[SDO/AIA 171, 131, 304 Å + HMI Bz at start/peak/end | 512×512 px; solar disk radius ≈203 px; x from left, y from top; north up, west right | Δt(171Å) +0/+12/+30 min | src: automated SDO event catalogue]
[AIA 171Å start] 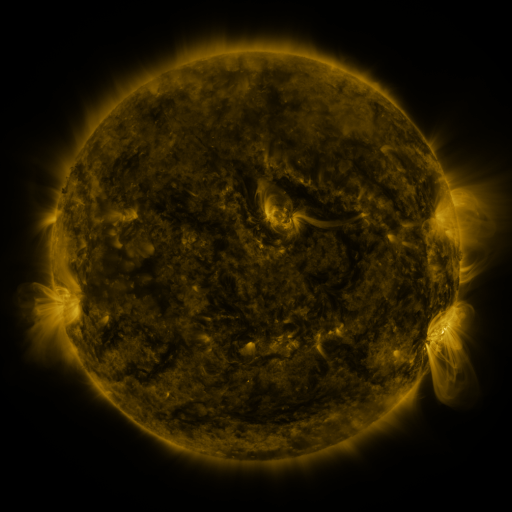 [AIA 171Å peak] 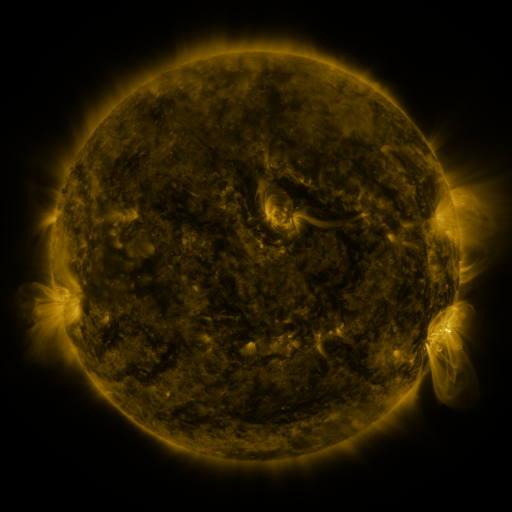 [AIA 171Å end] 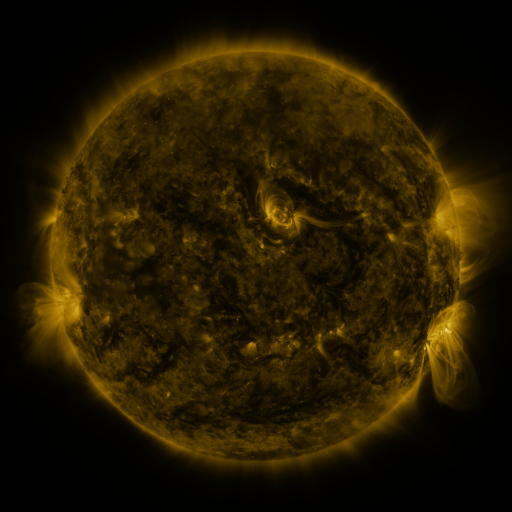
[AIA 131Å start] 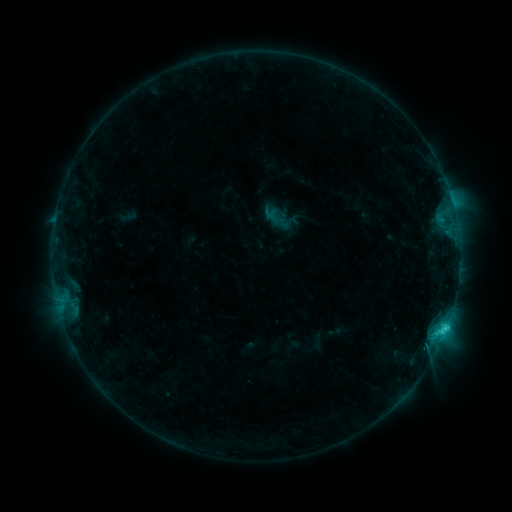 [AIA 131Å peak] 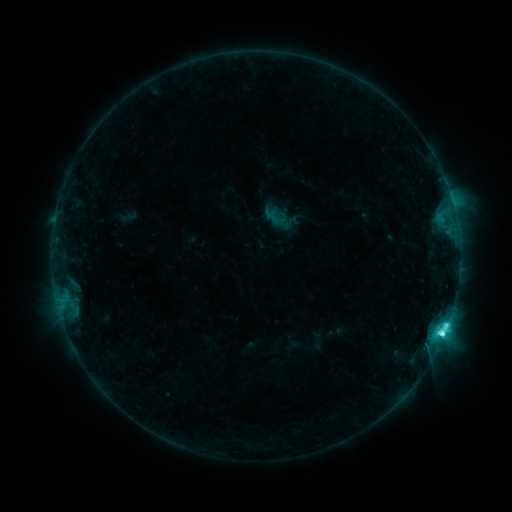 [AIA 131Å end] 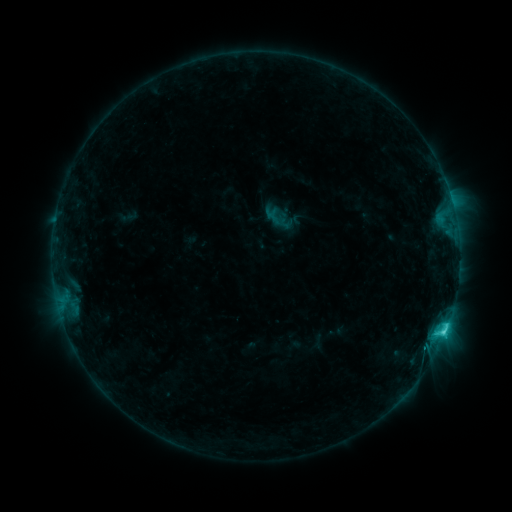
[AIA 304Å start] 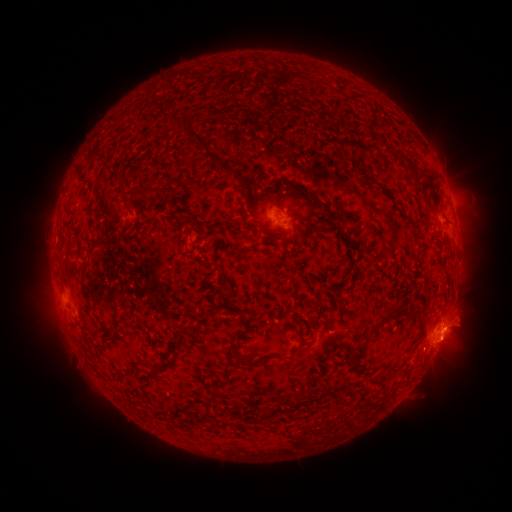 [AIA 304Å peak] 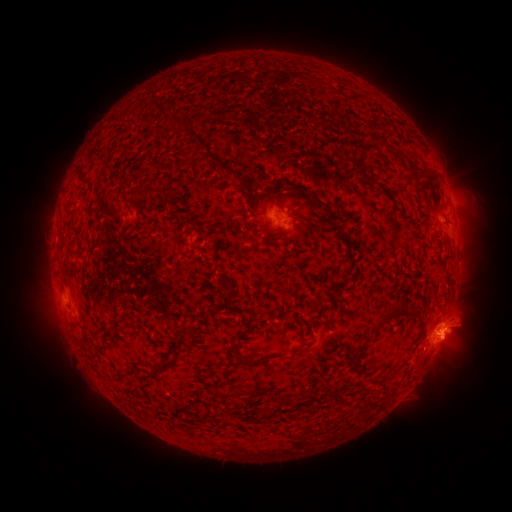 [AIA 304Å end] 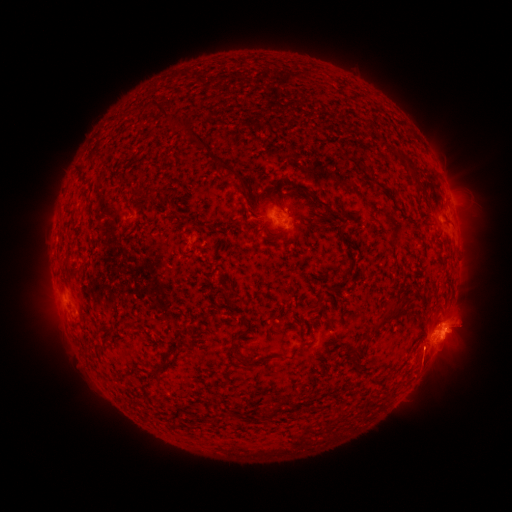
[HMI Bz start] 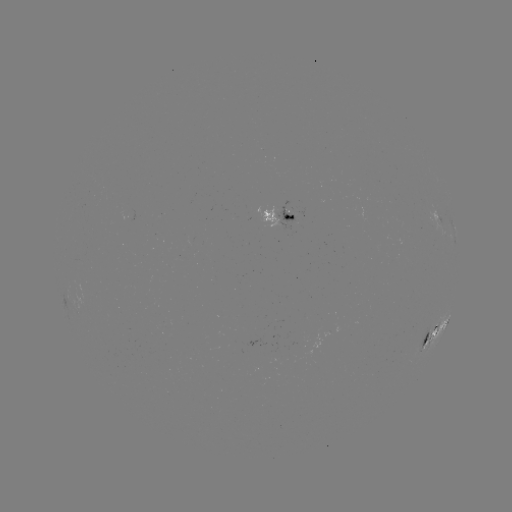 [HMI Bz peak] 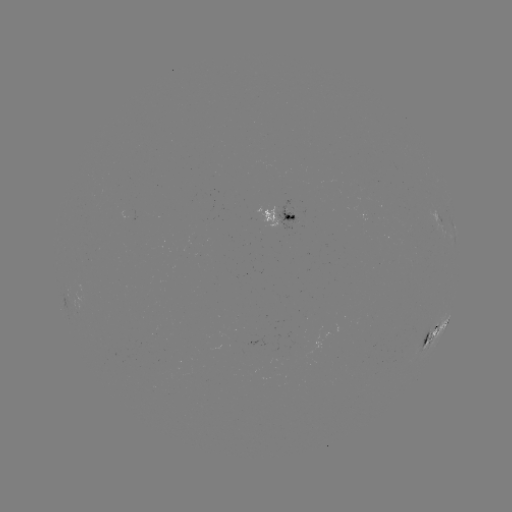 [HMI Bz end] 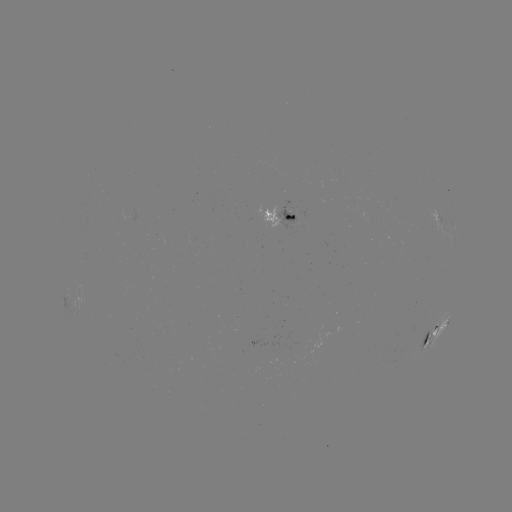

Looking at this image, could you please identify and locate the C5.8 flare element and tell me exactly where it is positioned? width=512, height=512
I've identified C5.8 flare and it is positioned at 441,332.